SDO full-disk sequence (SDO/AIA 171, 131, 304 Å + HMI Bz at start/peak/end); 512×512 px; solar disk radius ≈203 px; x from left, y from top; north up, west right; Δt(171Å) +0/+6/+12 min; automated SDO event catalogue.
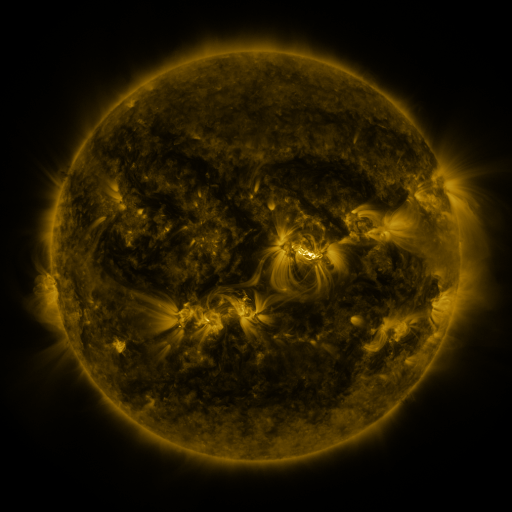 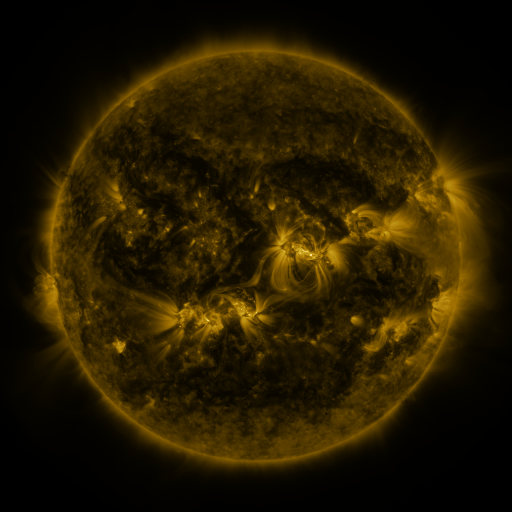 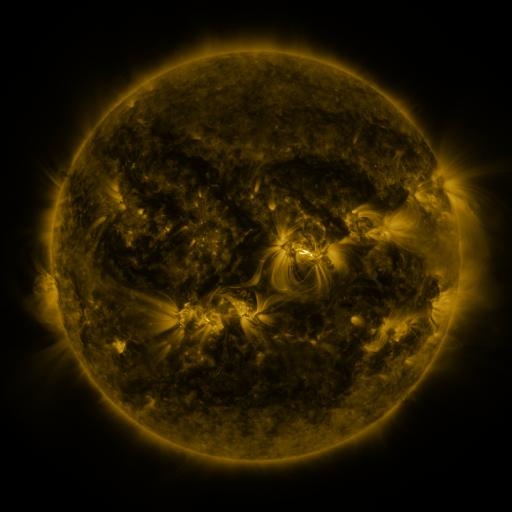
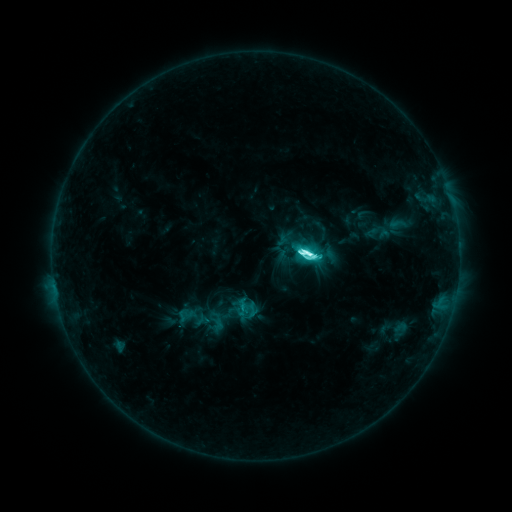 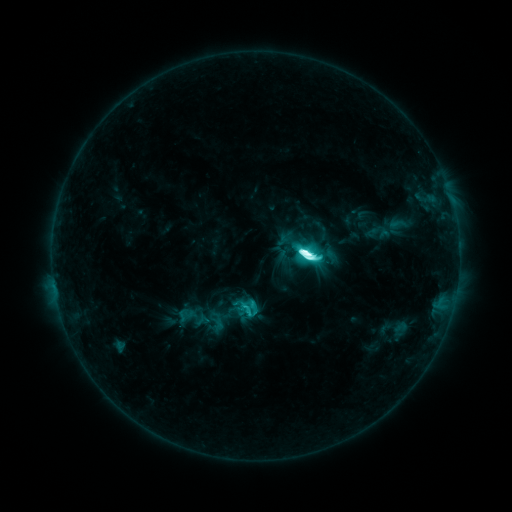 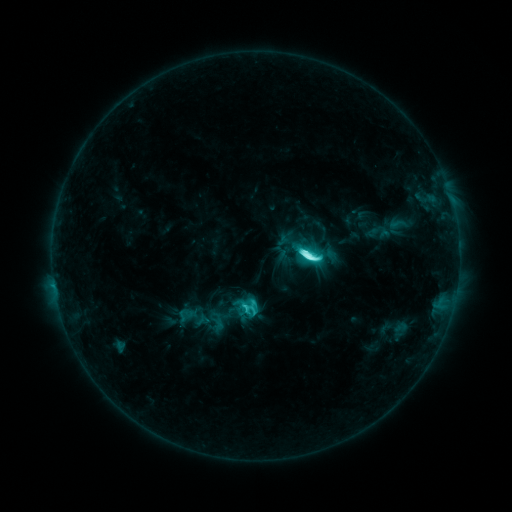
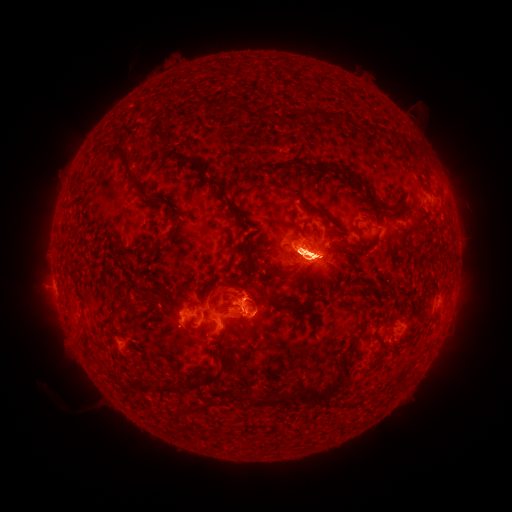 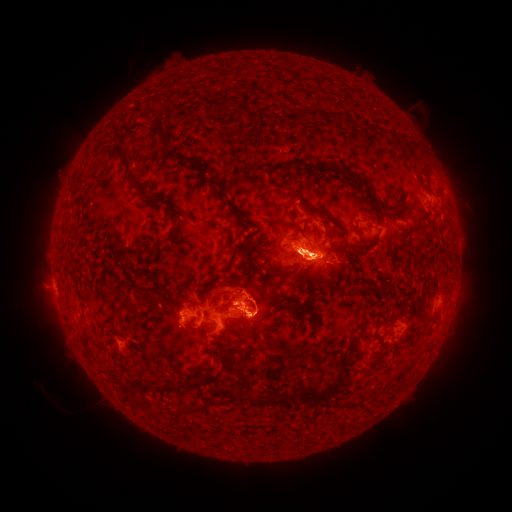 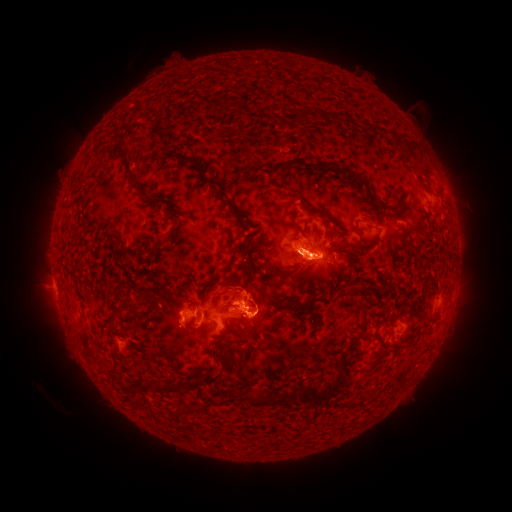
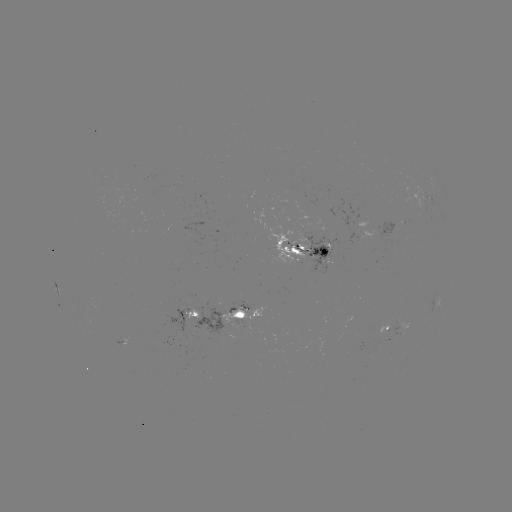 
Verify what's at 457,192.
eruption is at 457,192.